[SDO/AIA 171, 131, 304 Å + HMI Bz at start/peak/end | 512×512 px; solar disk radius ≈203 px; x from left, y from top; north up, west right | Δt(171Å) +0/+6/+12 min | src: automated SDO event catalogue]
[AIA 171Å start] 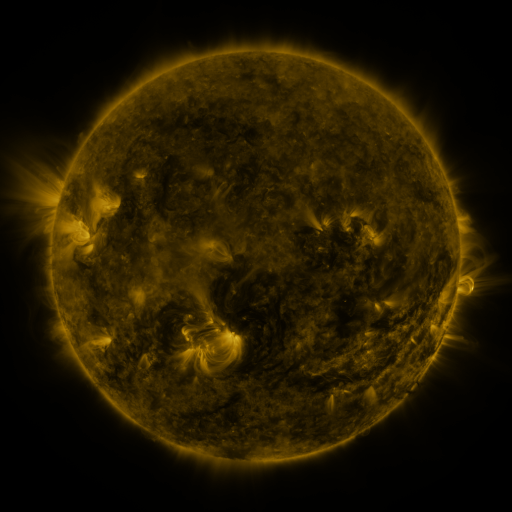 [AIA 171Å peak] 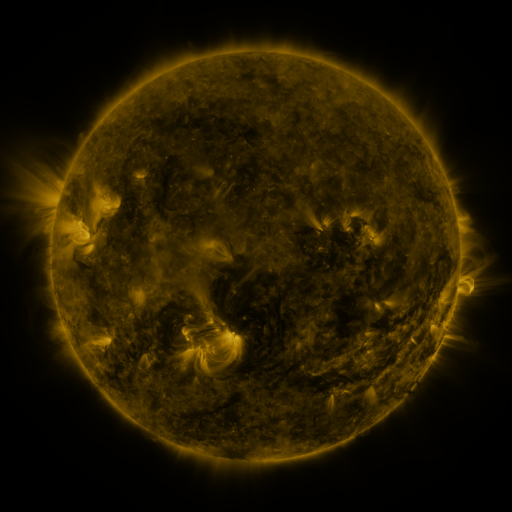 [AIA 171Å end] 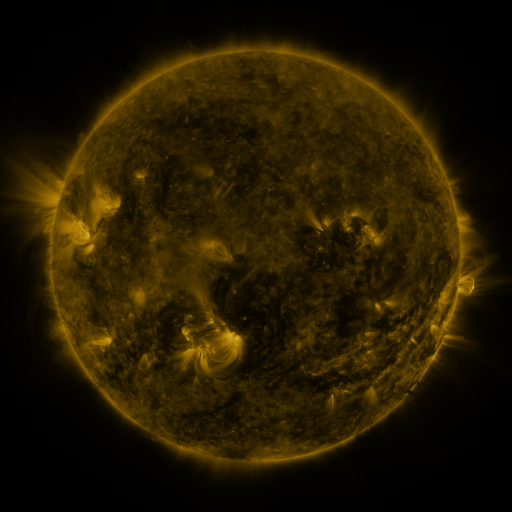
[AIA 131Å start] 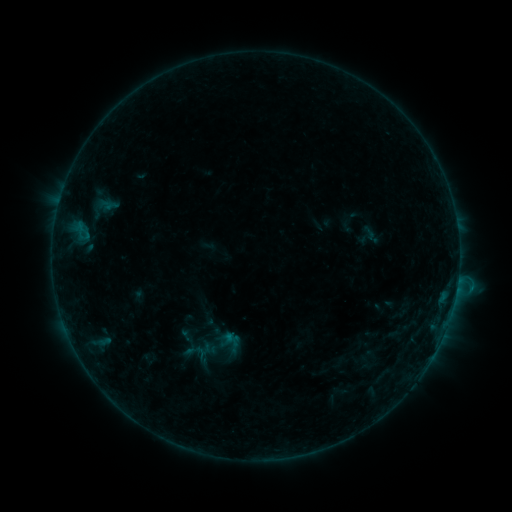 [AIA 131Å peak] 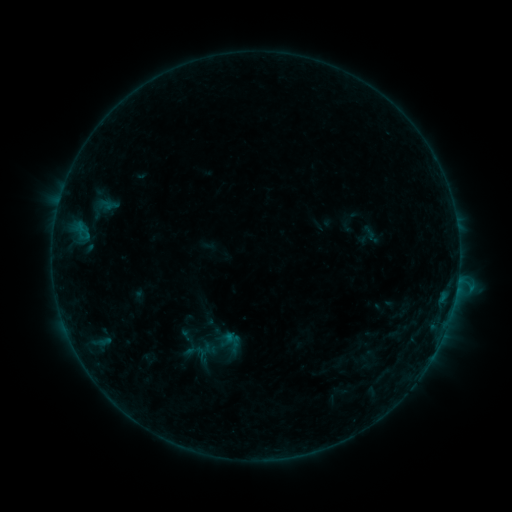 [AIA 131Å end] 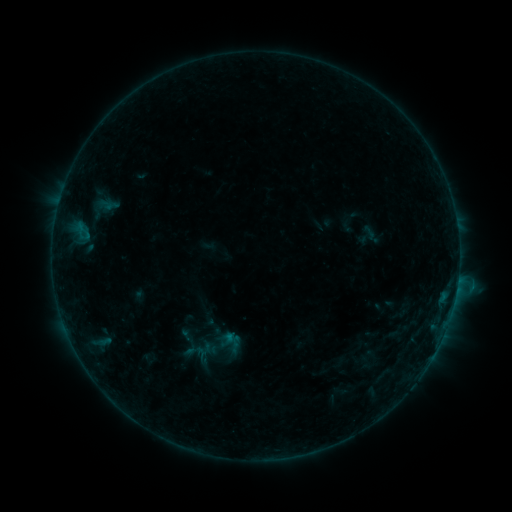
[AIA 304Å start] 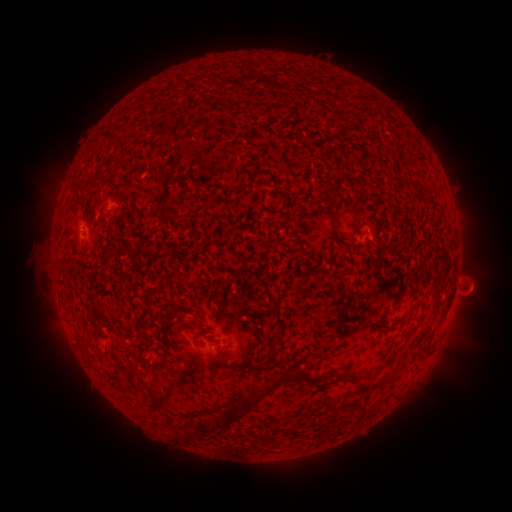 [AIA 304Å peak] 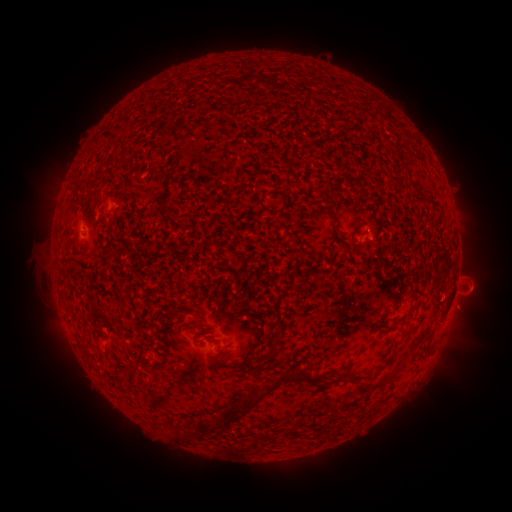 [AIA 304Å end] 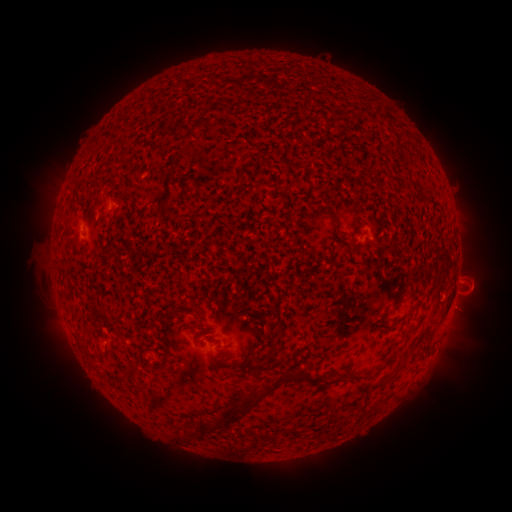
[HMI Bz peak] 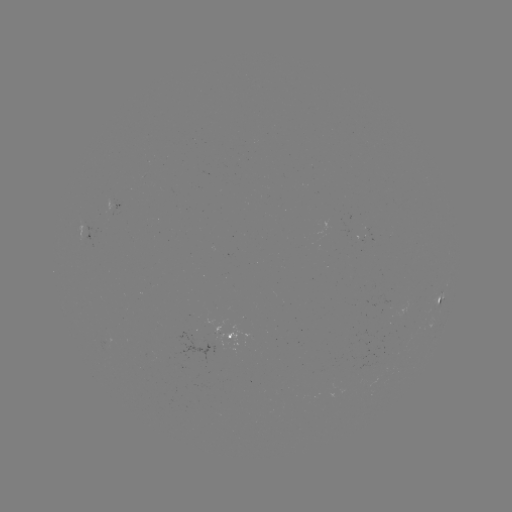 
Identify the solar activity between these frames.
eruption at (467, 313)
